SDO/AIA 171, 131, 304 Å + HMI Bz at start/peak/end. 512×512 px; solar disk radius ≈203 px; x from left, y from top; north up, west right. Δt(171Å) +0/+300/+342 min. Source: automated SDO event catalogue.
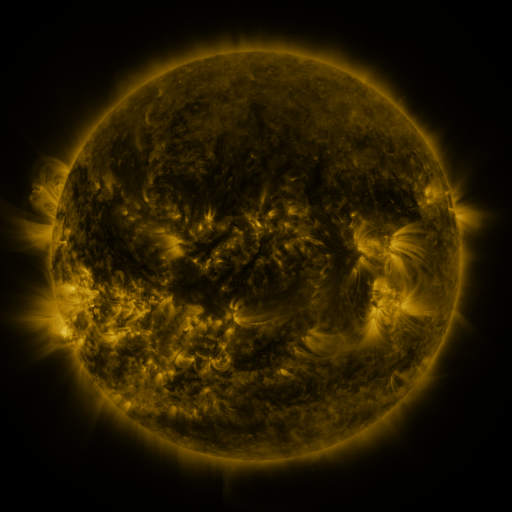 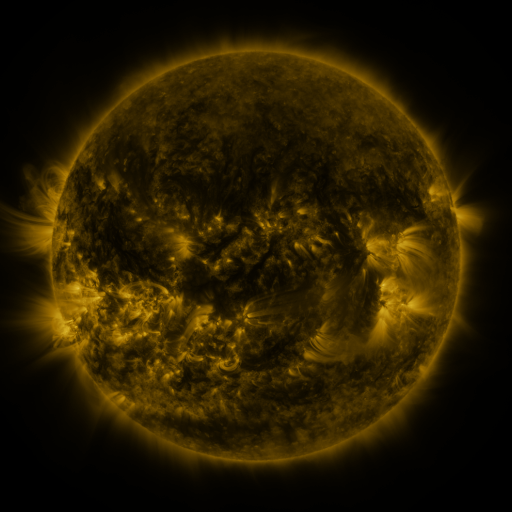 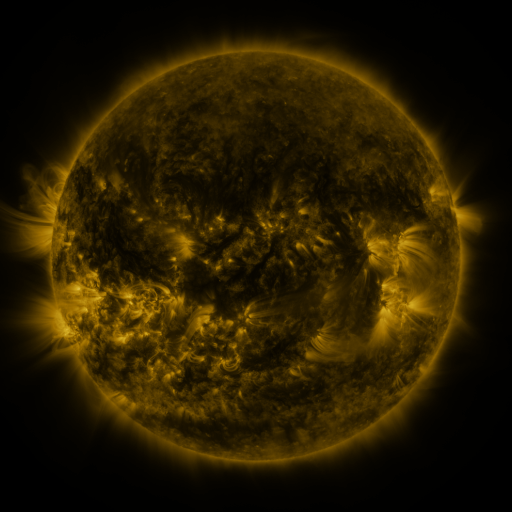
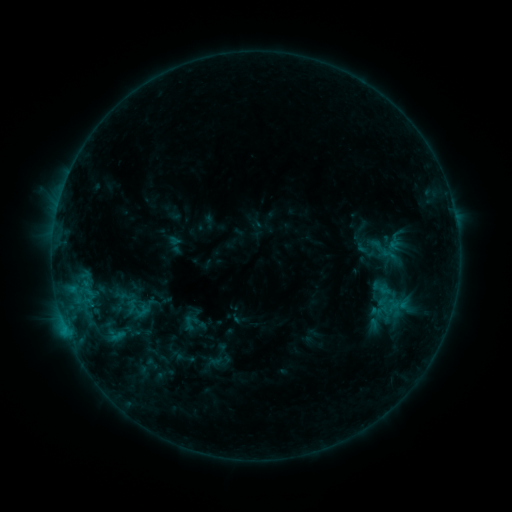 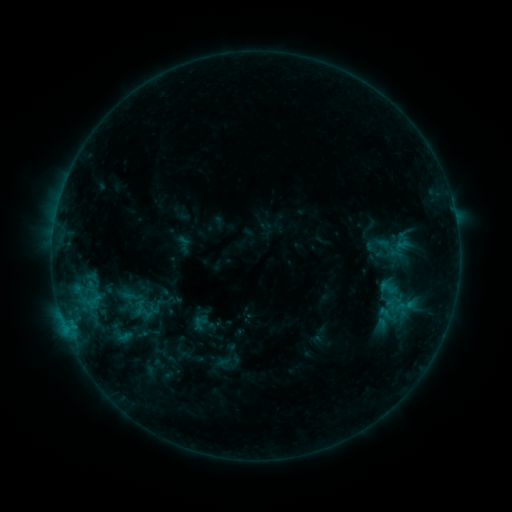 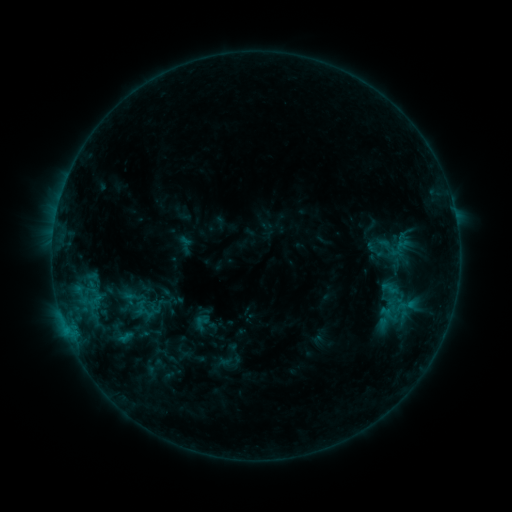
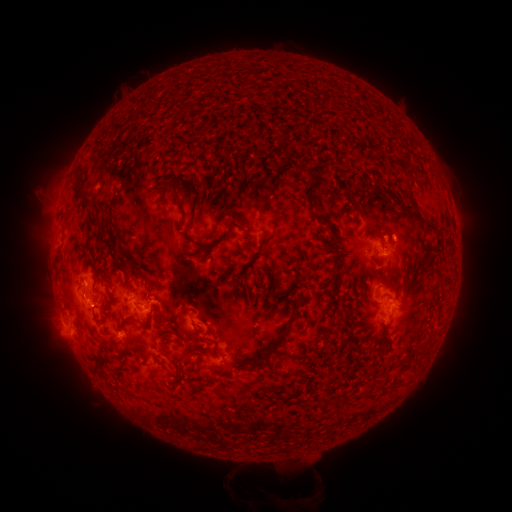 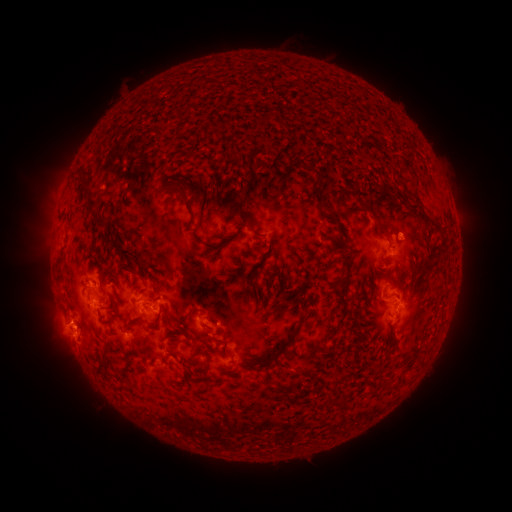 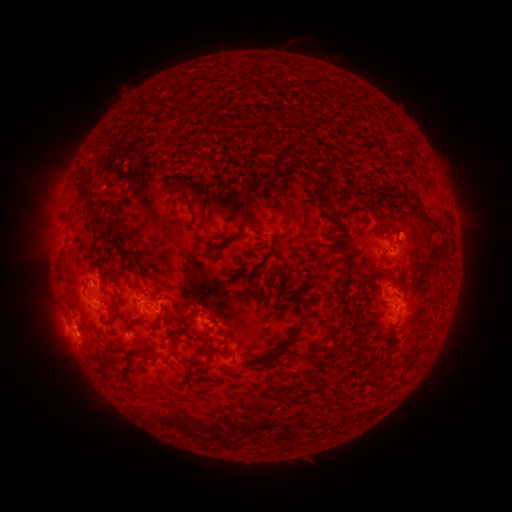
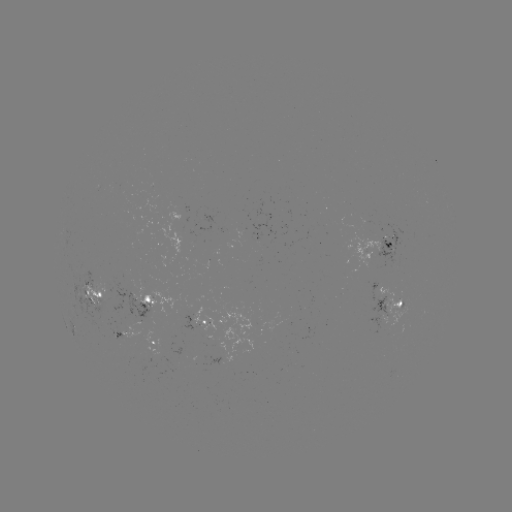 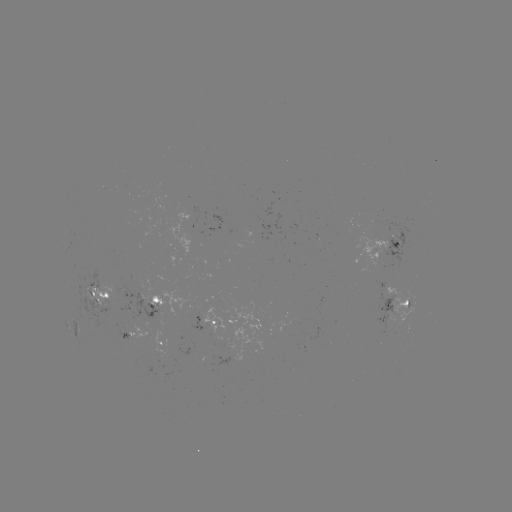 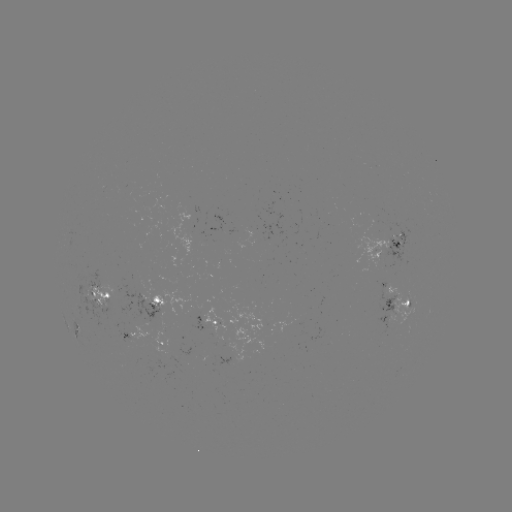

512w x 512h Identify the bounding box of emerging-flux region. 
[383, 283, 414, 324].